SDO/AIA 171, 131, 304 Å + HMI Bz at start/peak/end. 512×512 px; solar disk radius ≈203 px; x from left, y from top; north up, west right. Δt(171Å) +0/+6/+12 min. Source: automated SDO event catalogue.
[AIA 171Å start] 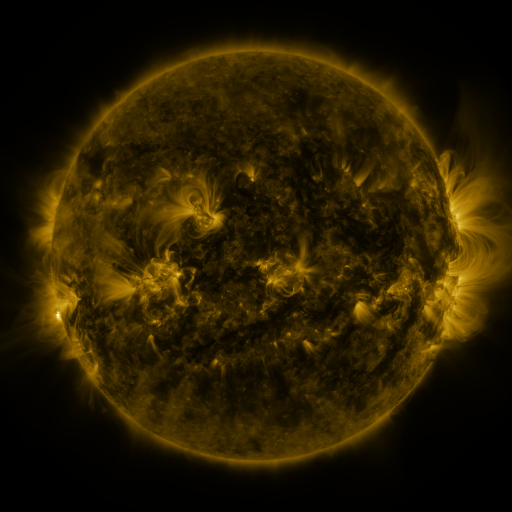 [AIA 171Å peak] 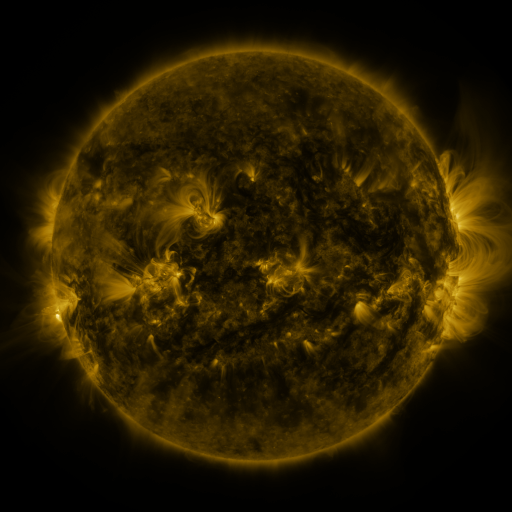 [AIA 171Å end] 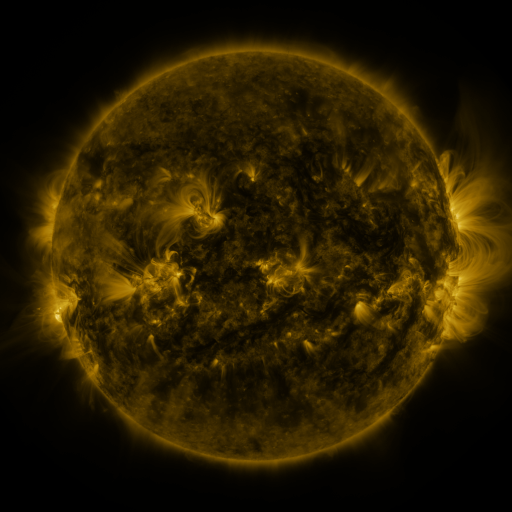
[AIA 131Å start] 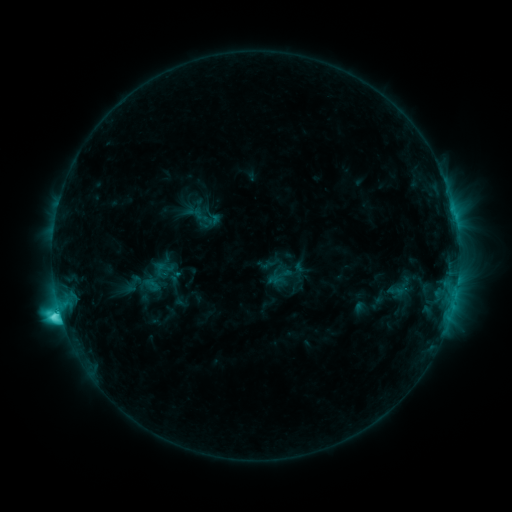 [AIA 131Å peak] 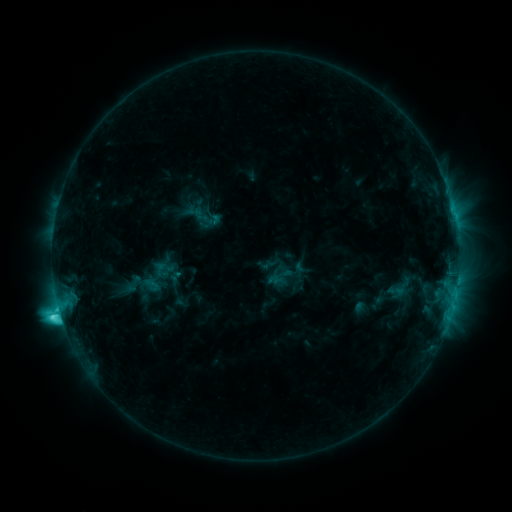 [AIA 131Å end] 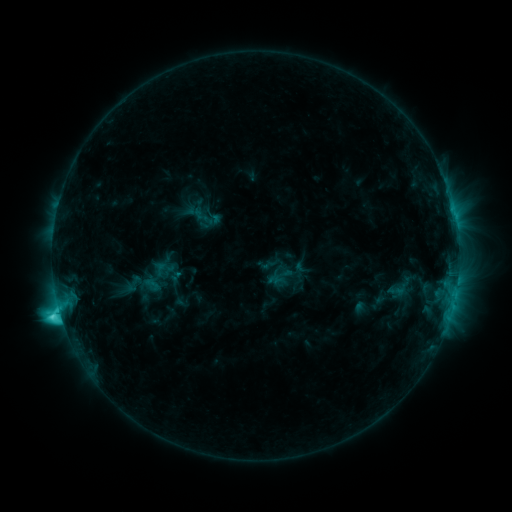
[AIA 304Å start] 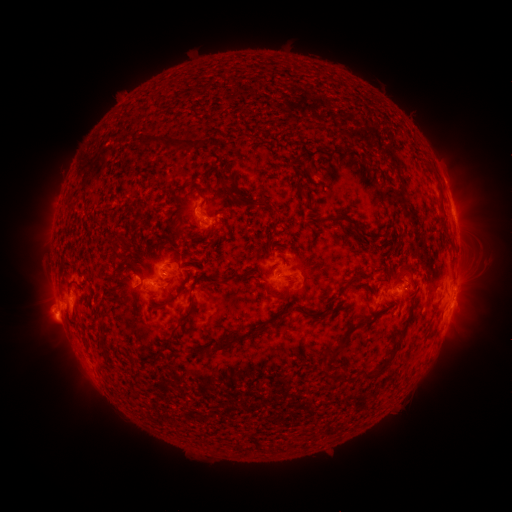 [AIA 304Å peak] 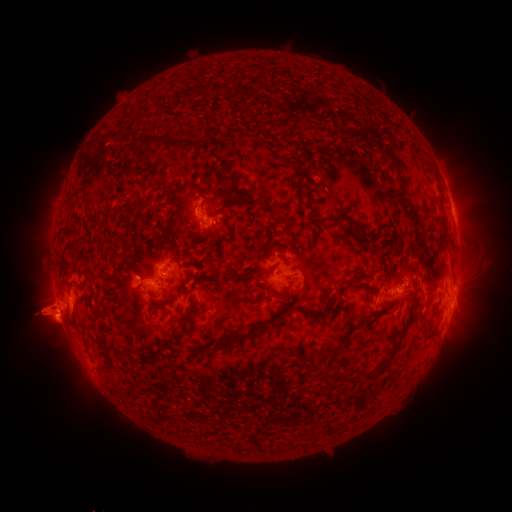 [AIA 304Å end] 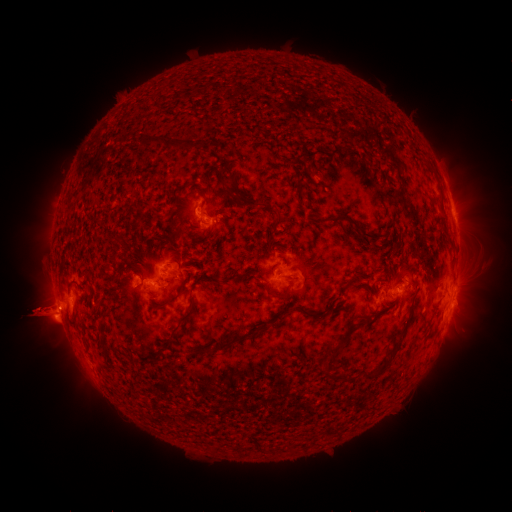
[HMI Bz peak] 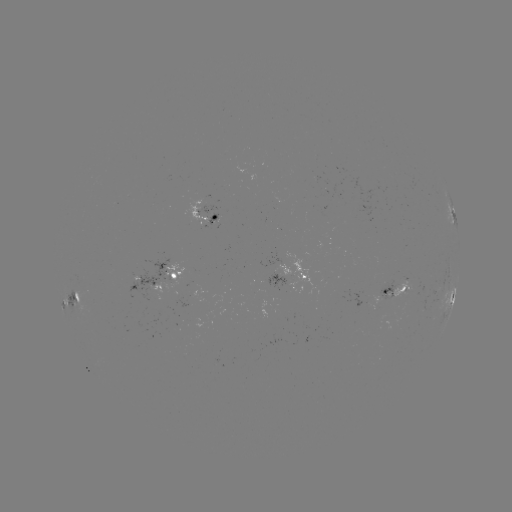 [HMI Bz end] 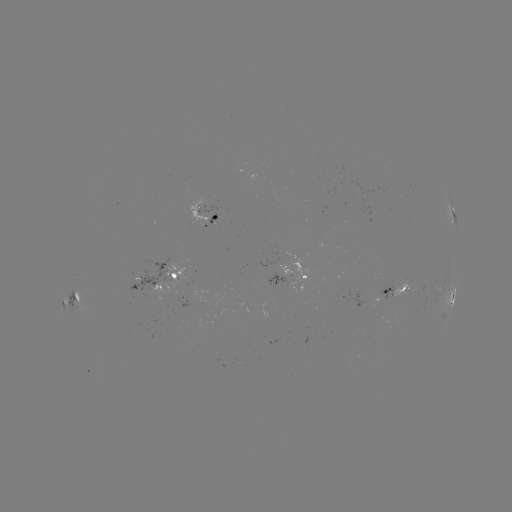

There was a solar eruption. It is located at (45, 312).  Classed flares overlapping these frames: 2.